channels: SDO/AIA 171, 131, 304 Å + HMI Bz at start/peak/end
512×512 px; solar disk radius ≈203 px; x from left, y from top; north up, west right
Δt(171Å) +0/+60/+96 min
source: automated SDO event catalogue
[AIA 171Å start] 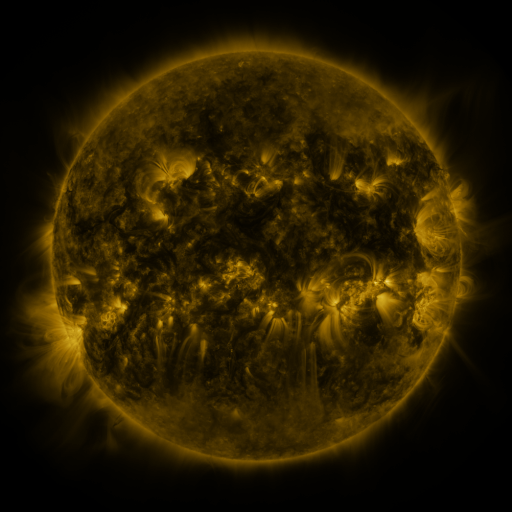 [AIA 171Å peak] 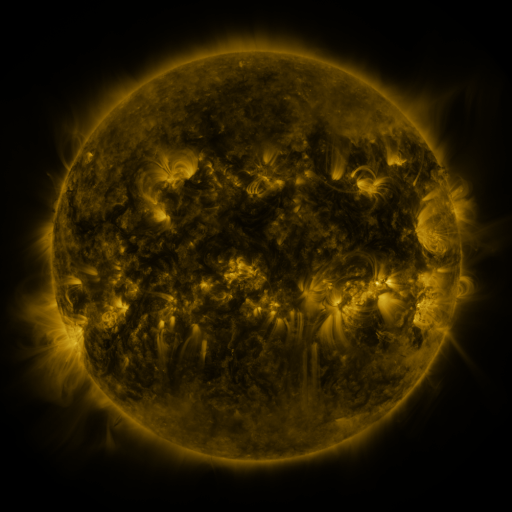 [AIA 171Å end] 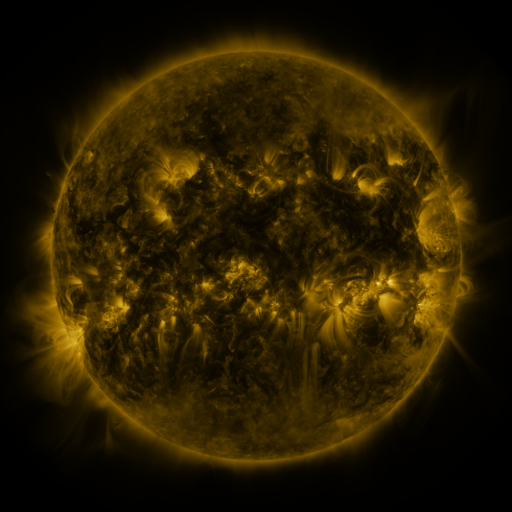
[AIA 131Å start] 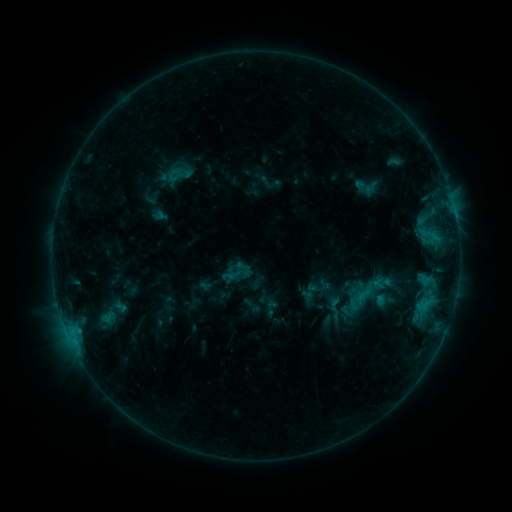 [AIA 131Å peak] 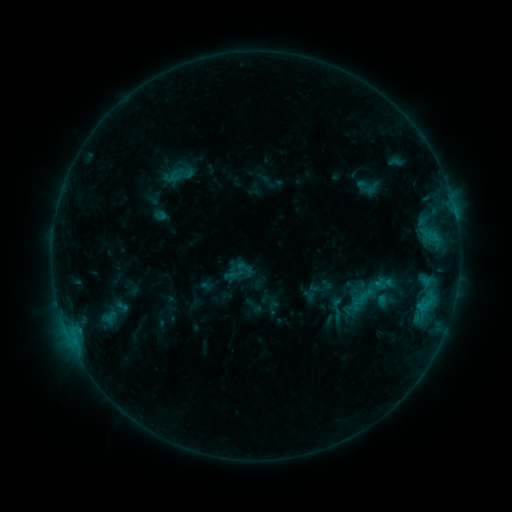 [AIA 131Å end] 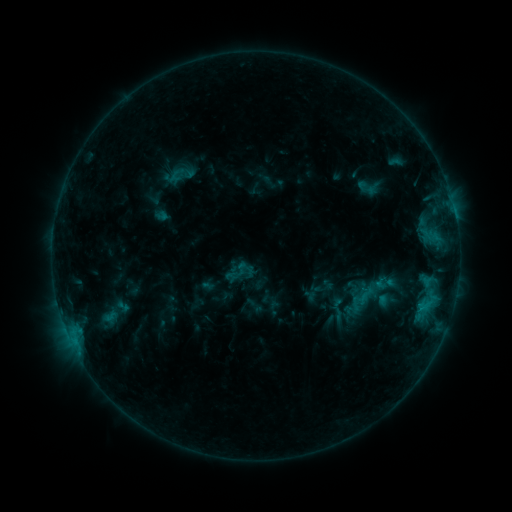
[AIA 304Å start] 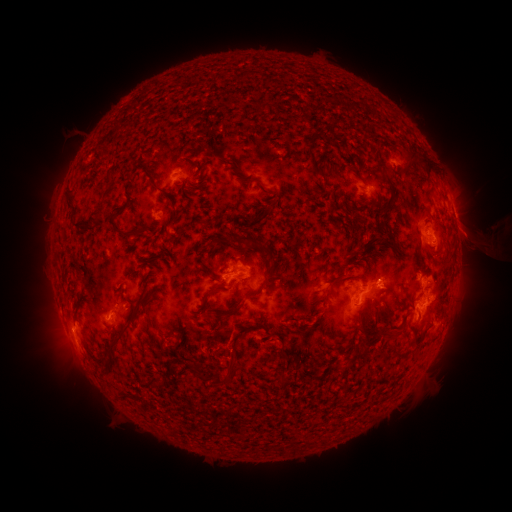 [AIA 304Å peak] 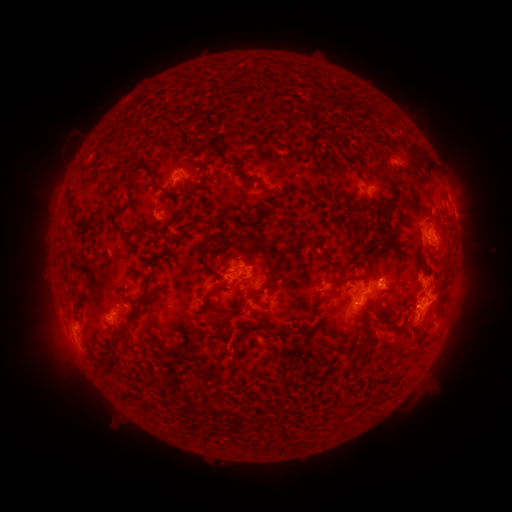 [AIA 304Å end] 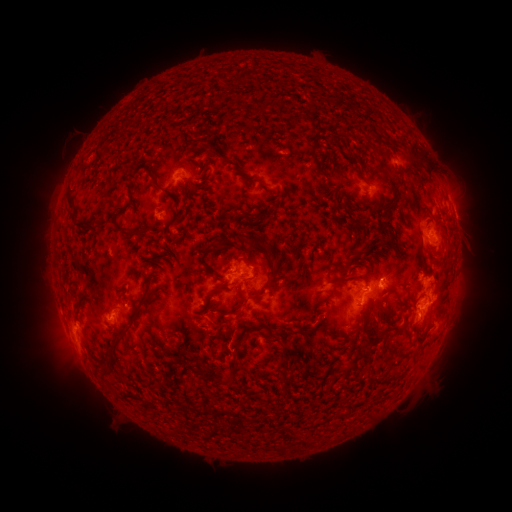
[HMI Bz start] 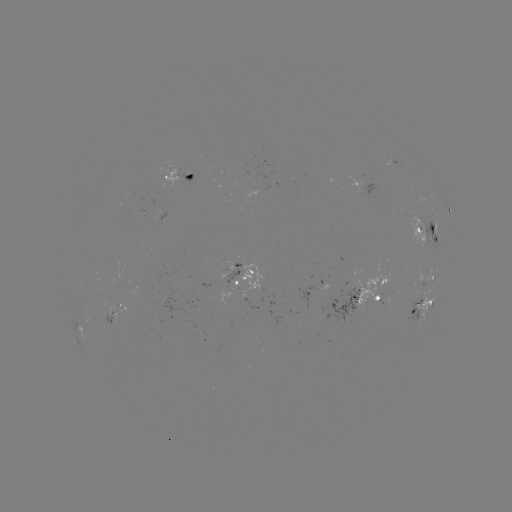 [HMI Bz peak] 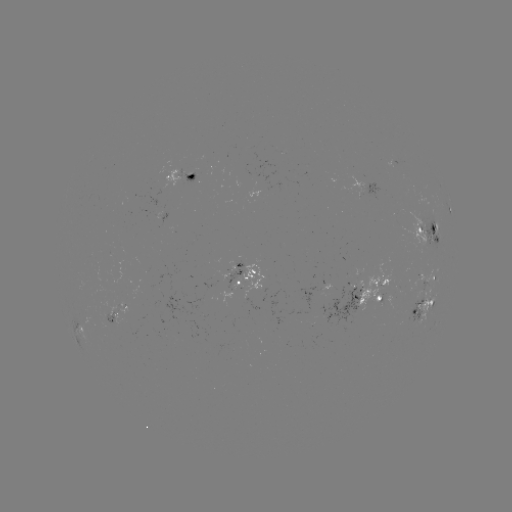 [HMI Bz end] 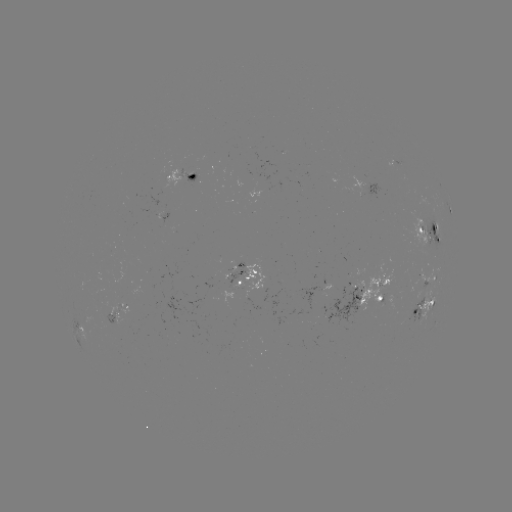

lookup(emerging-flux region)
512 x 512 258,287